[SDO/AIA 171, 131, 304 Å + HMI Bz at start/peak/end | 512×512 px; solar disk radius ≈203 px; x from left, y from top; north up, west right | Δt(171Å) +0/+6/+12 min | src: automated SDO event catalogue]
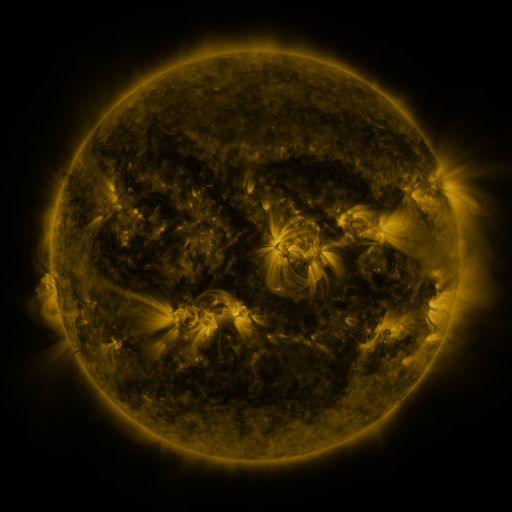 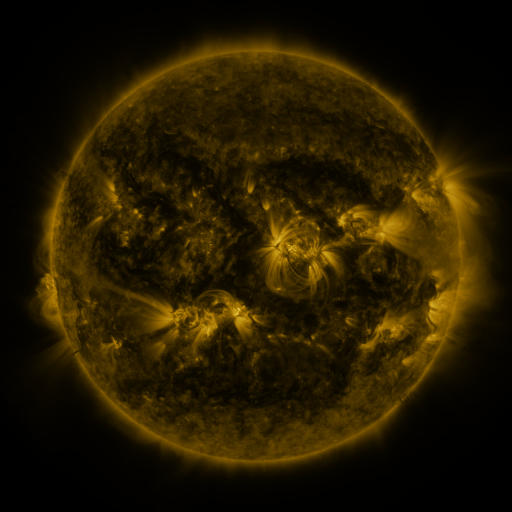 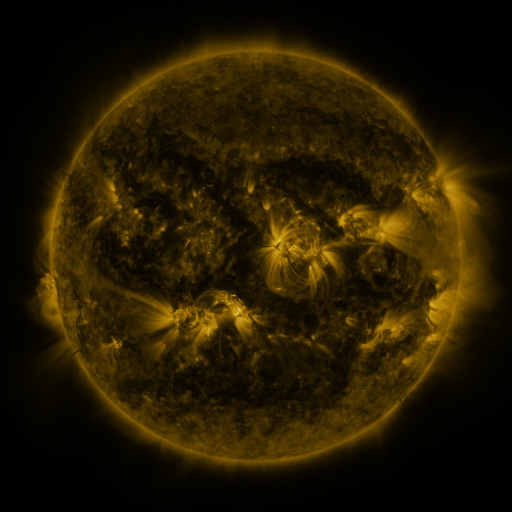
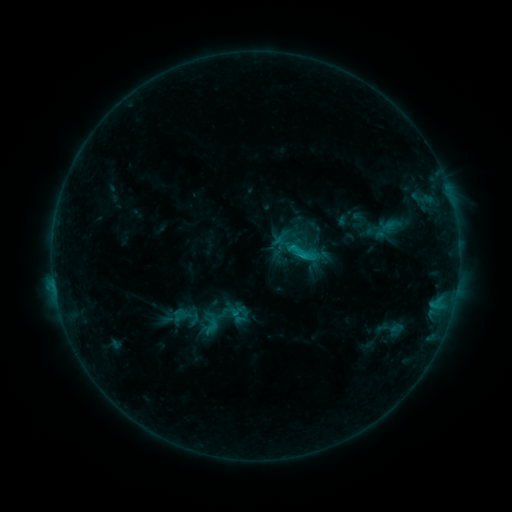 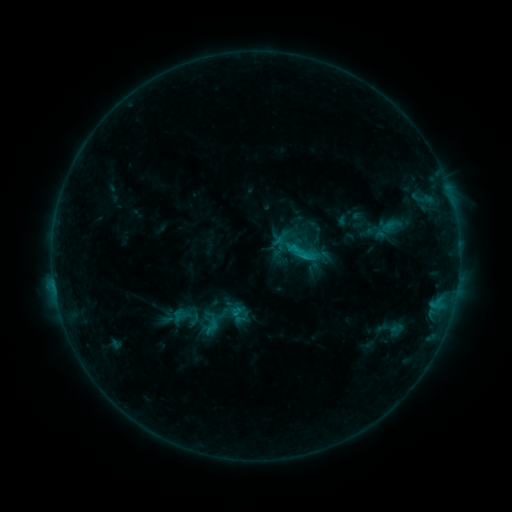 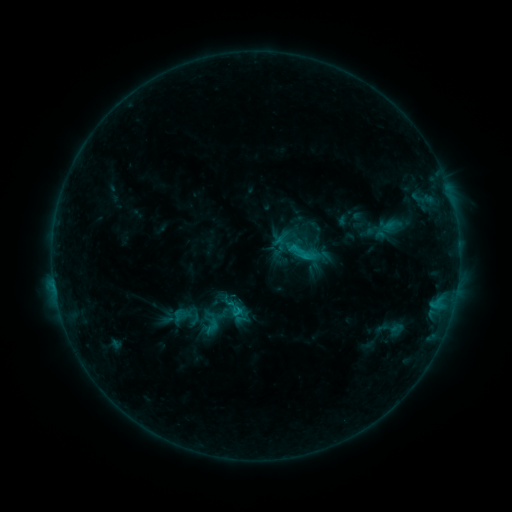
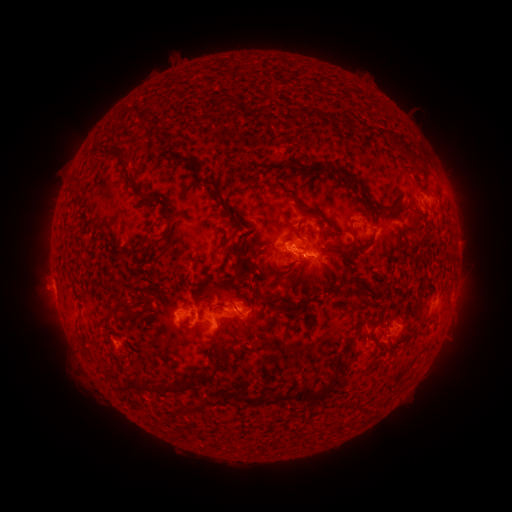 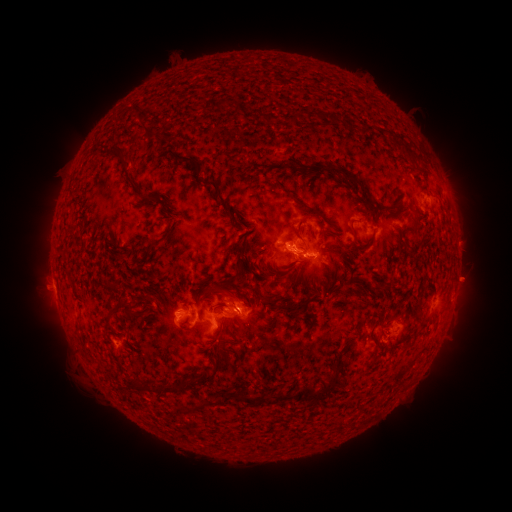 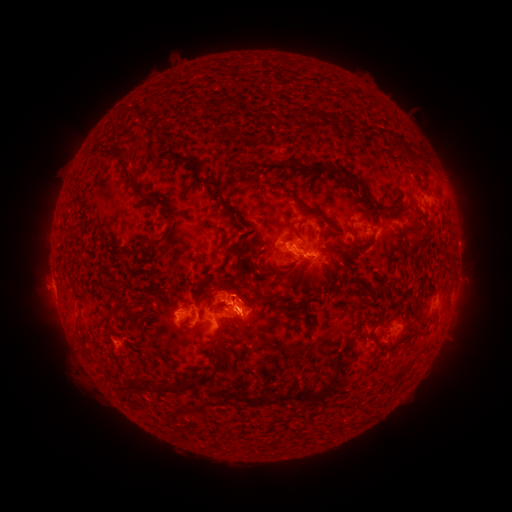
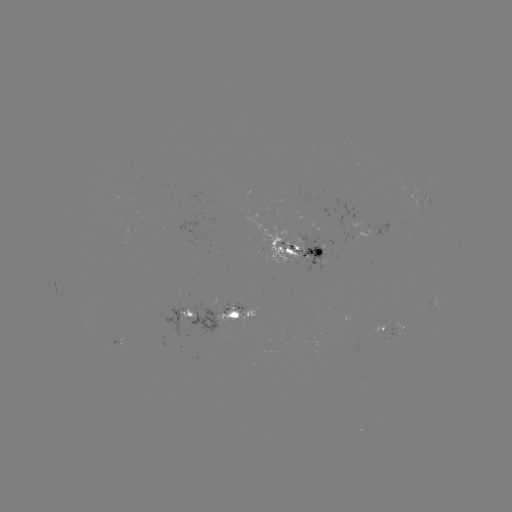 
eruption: <bbox>443, 256, 494, 305</bbox>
